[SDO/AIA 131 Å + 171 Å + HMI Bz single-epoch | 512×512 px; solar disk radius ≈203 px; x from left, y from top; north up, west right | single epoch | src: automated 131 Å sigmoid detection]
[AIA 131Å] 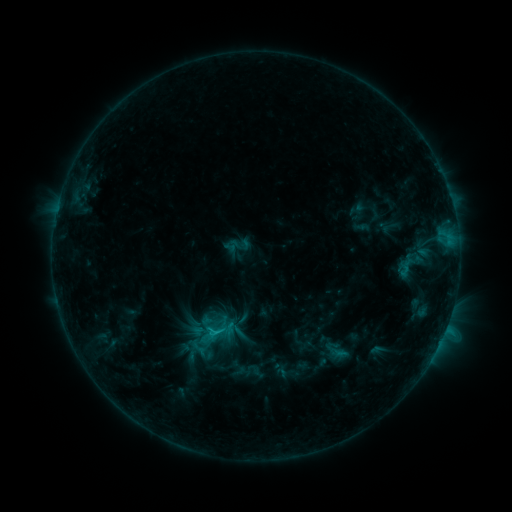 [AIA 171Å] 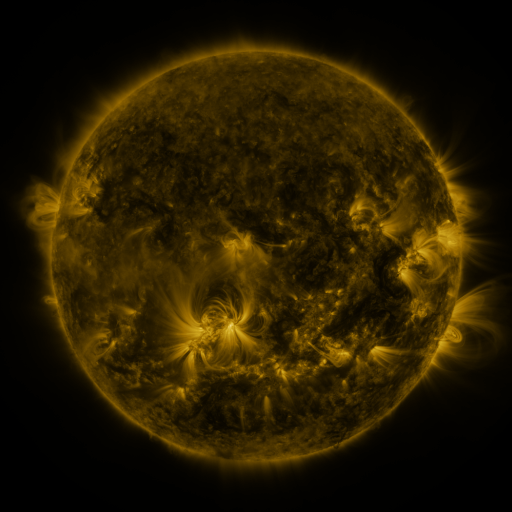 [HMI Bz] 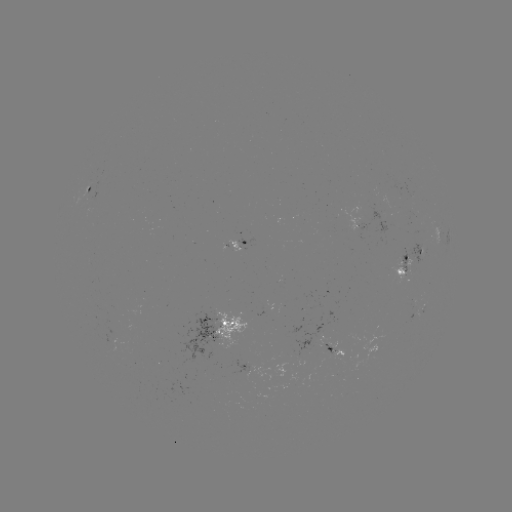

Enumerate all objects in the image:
sigmoid: (215, 331)
